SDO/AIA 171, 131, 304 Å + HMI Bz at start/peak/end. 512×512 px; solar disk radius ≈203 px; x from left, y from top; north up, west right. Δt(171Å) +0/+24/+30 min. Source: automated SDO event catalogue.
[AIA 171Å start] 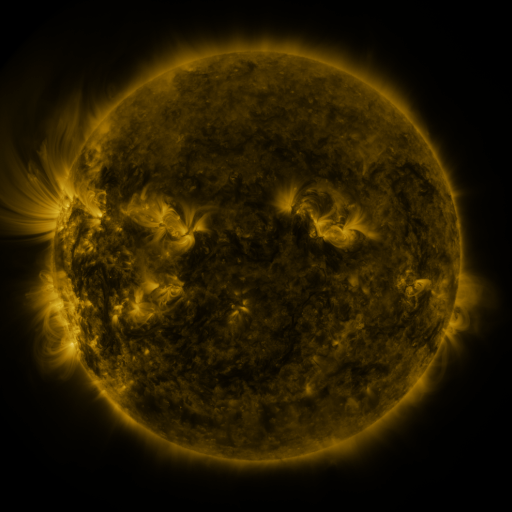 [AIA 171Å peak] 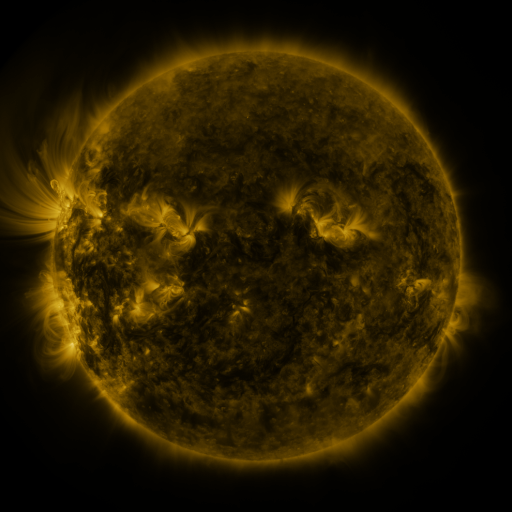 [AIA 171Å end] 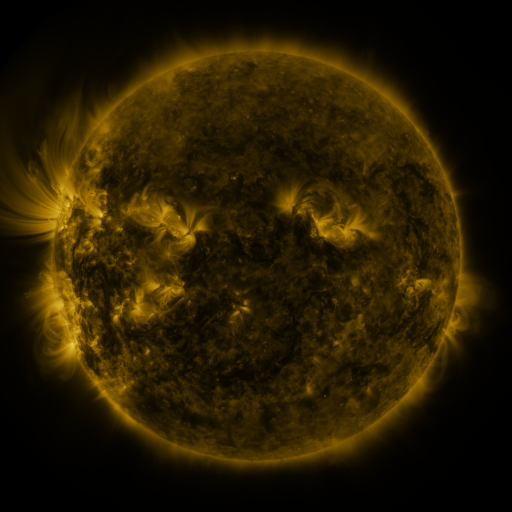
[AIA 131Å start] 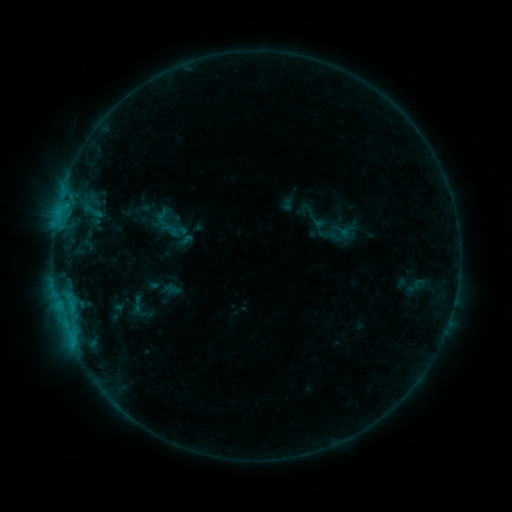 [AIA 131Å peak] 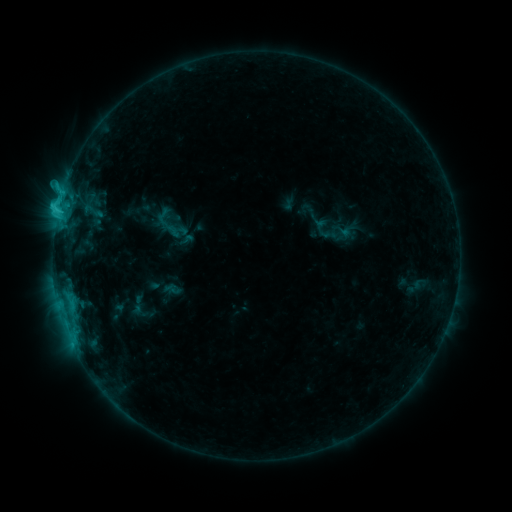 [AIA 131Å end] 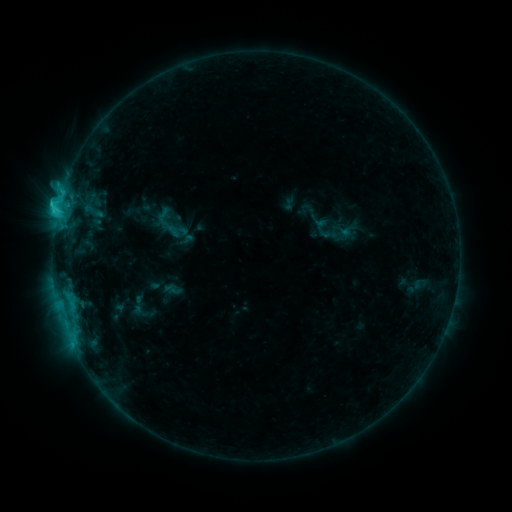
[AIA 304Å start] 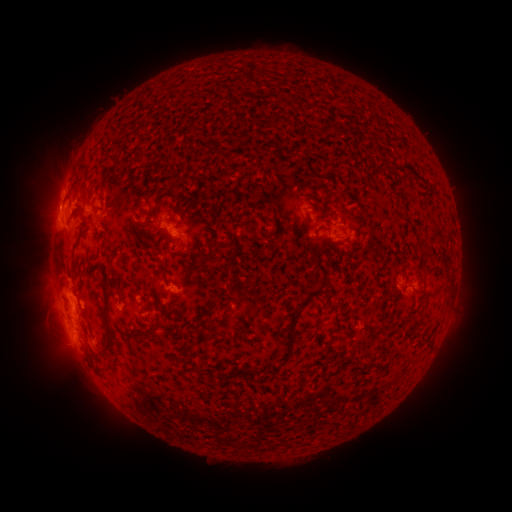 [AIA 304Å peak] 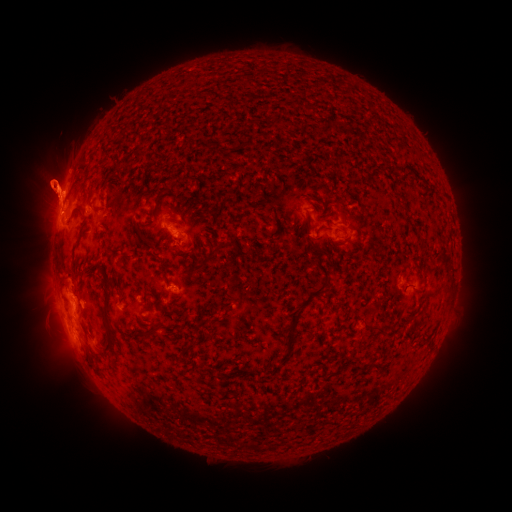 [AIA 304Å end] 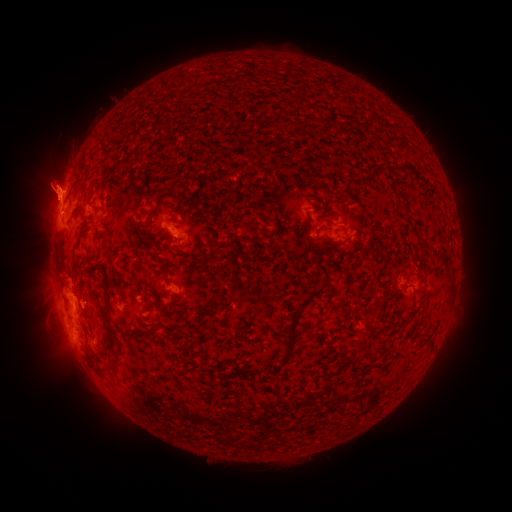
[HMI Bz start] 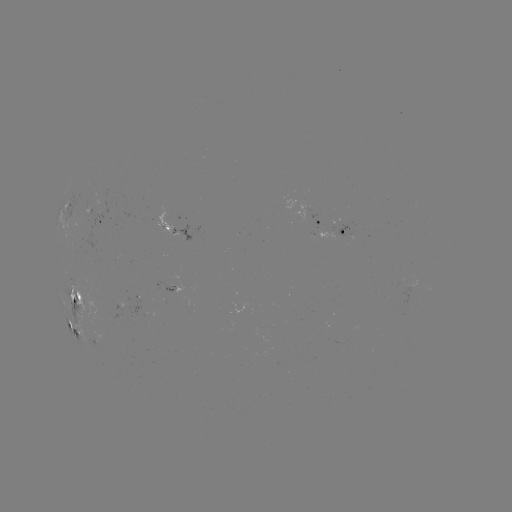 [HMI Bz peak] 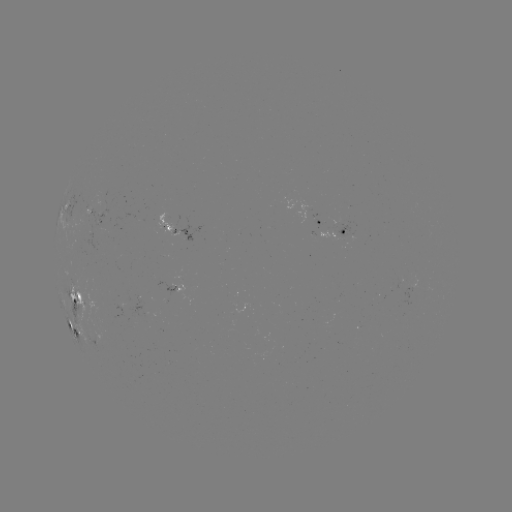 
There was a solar flare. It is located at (57, 213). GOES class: C2.5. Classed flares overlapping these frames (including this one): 1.